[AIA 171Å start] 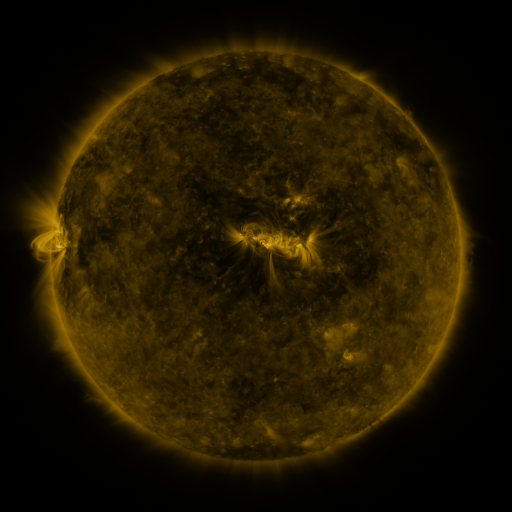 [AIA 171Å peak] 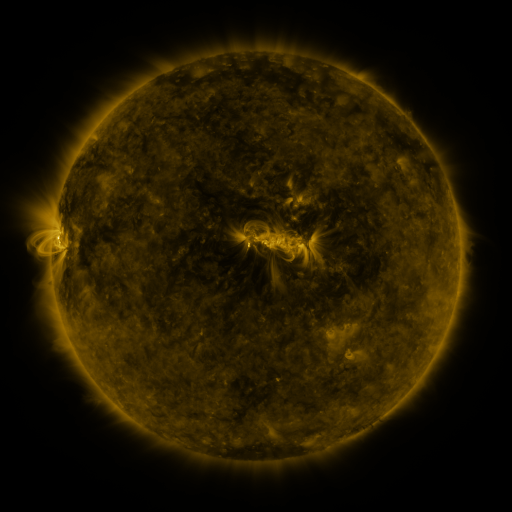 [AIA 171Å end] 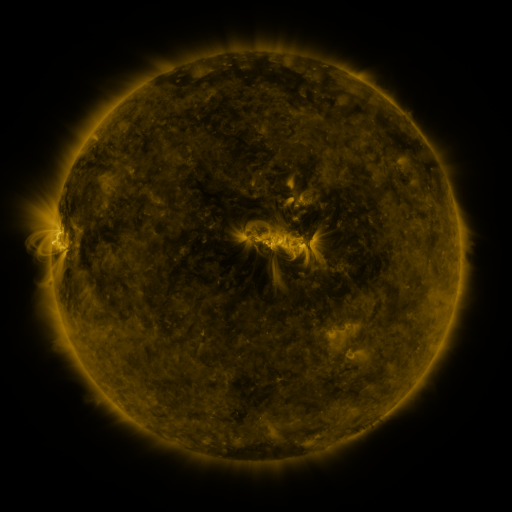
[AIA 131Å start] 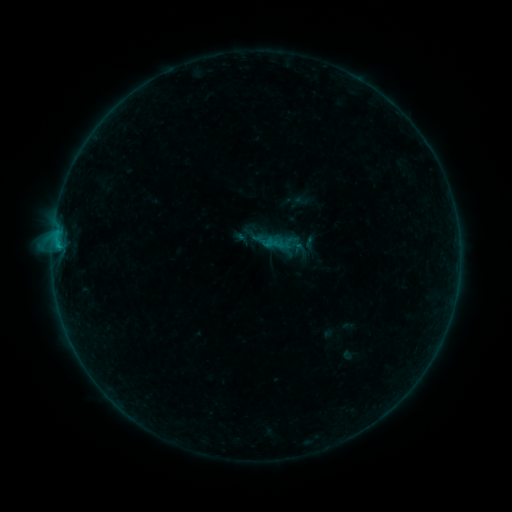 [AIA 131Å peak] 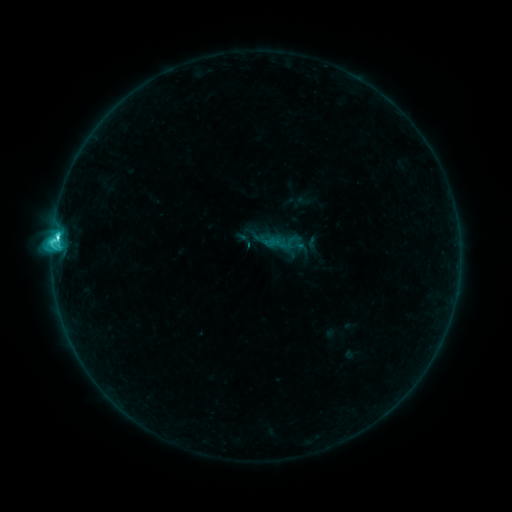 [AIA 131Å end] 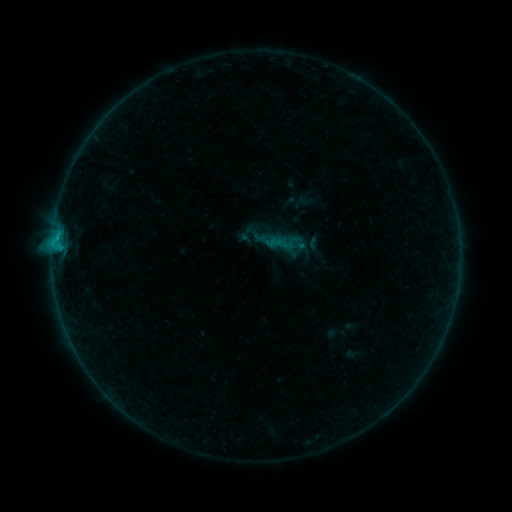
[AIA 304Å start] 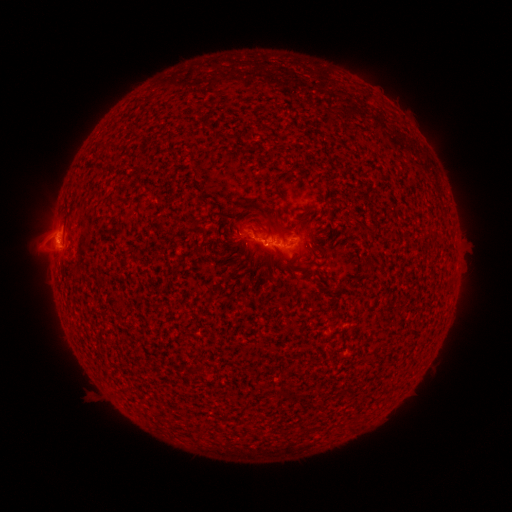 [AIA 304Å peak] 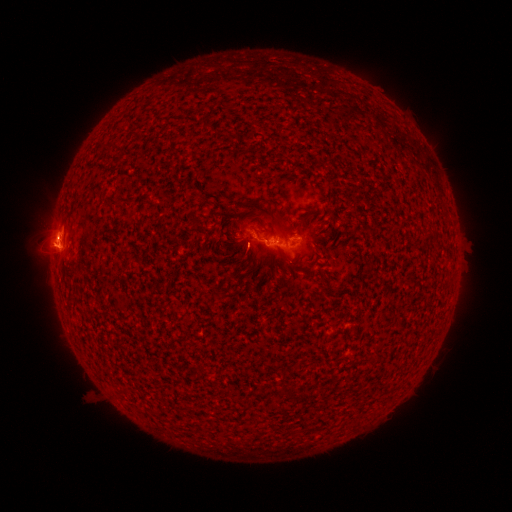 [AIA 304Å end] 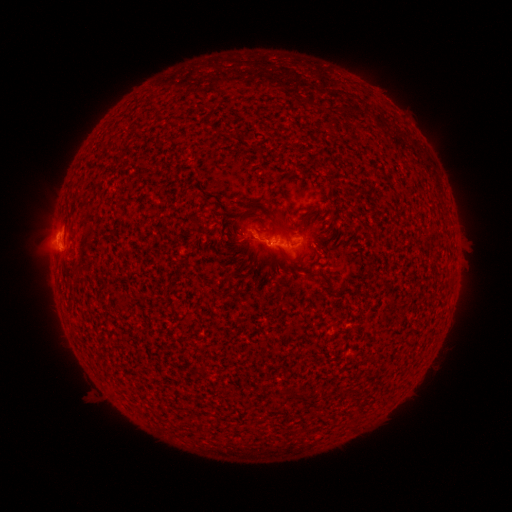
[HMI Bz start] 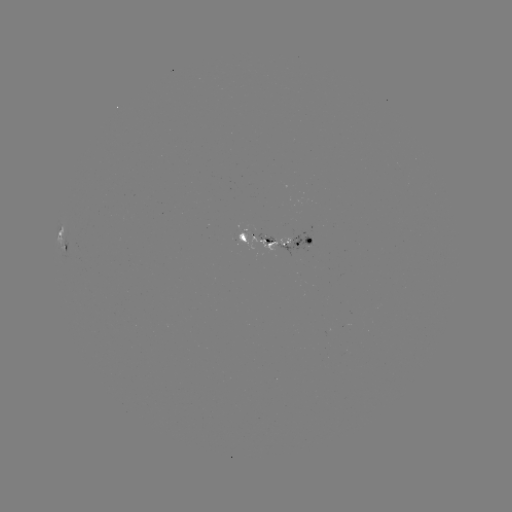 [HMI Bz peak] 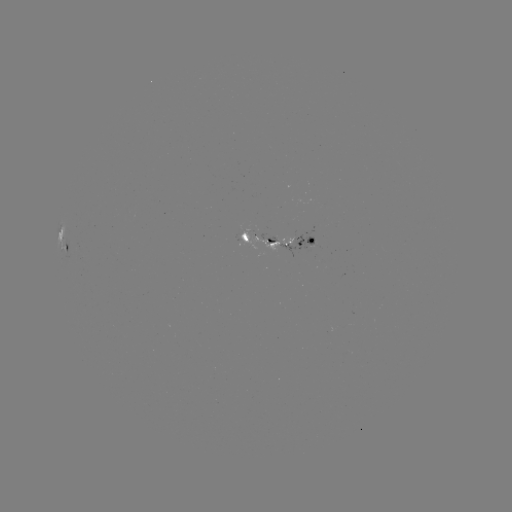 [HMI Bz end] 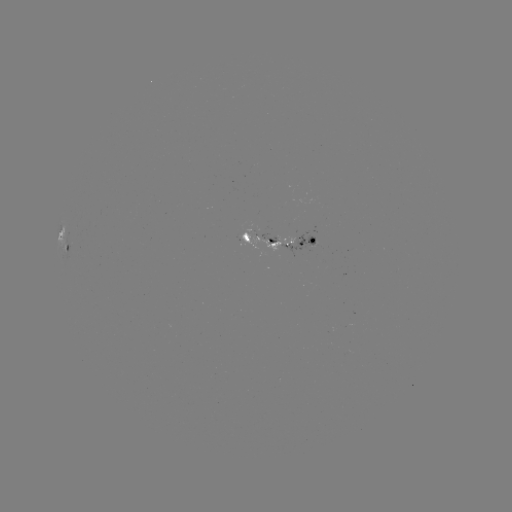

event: emerging-flux region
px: (308, 244)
